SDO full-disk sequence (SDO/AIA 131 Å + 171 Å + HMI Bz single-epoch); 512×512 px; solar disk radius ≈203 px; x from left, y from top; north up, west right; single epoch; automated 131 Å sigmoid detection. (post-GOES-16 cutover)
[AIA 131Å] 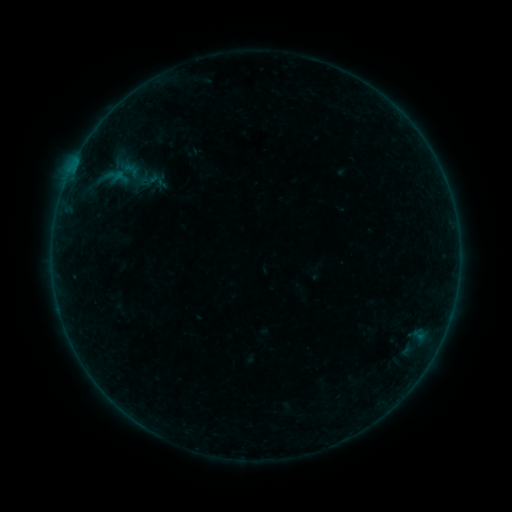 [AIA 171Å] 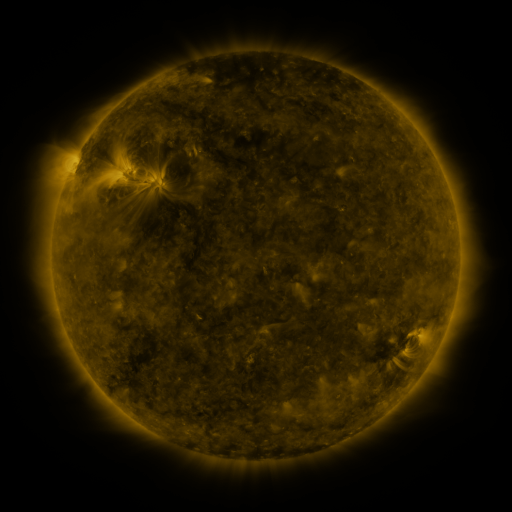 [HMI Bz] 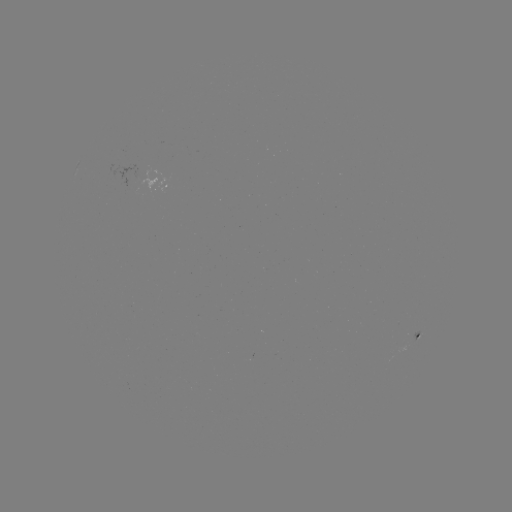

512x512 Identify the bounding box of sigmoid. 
[112, 167, 130, 187].